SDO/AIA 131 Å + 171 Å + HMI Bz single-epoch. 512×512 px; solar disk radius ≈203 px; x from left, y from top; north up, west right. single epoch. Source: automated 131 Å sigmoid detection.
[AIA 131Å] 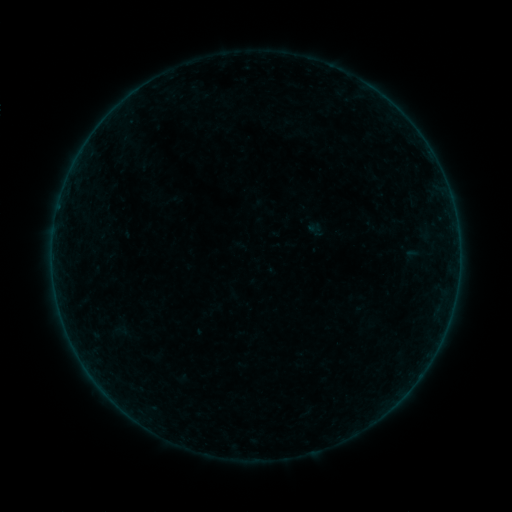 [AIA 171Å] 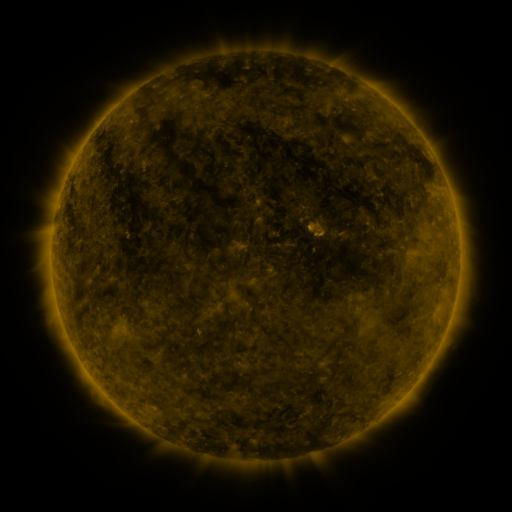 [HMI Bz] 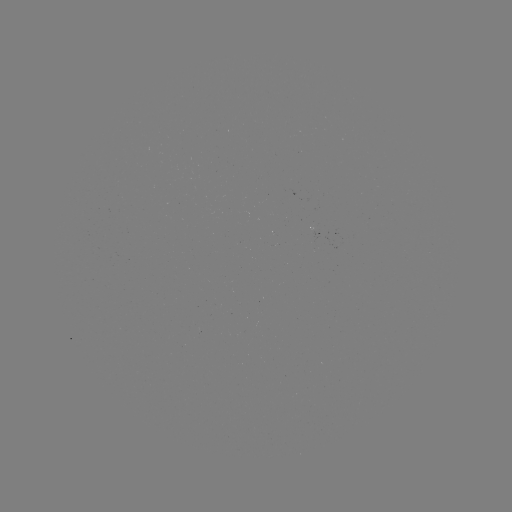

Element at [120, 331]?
sigmoid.